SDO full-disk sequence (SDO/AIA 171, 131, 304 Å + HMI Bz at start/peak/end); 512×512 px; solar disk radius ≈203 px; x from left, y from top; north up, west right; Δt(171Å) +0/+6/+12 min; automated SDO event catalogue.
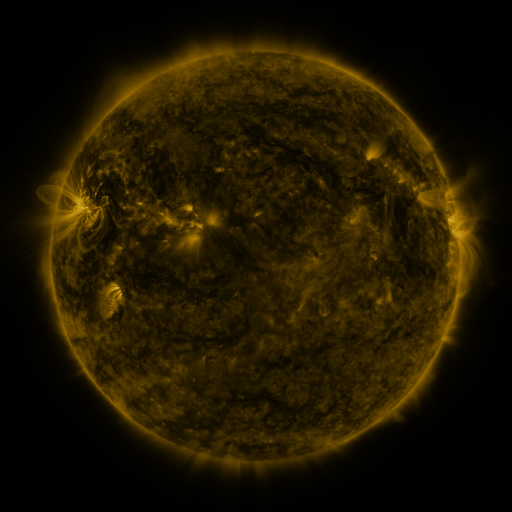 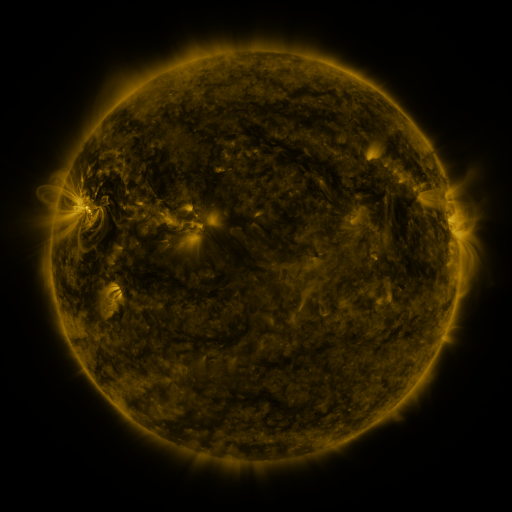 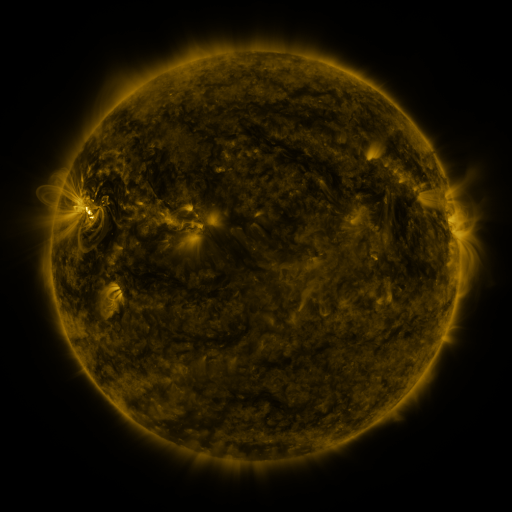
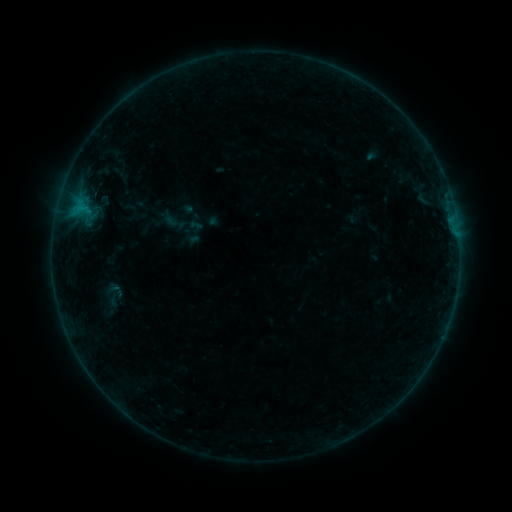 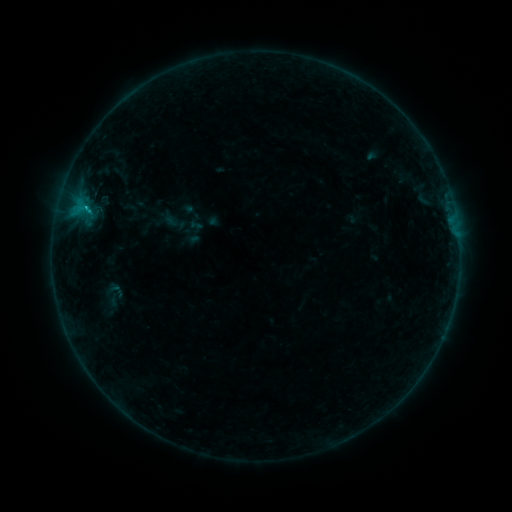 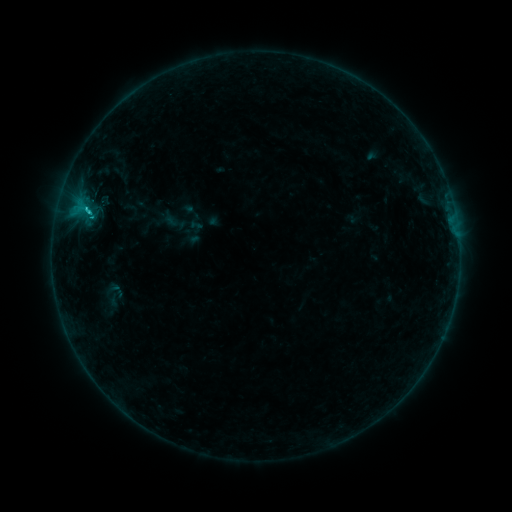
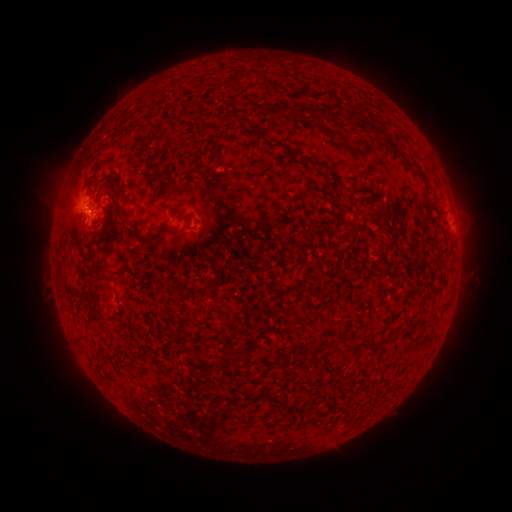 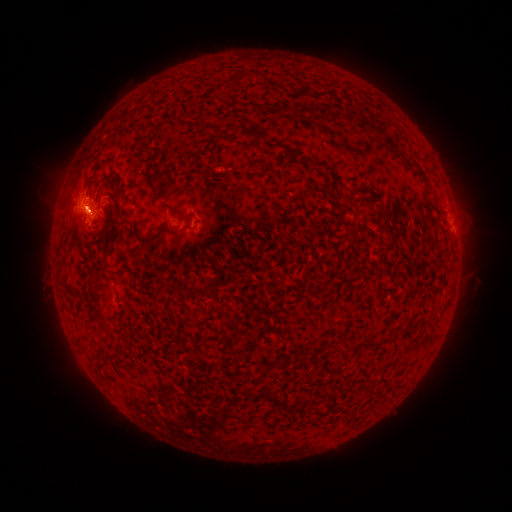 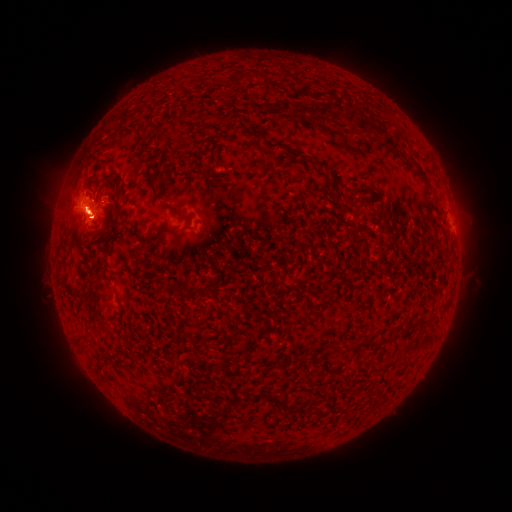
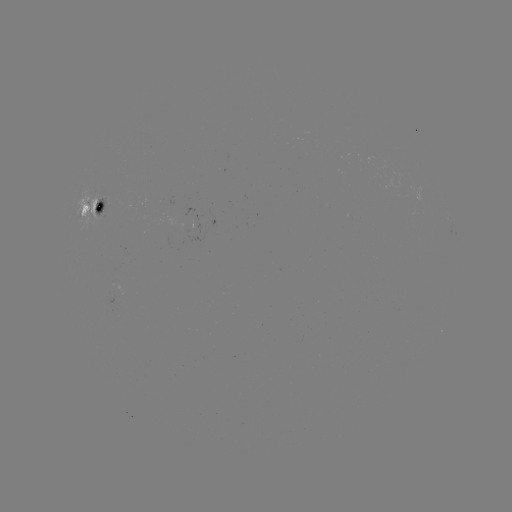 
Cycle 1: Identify eruption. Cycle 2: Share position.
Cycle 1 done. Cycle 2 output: [78, 208].